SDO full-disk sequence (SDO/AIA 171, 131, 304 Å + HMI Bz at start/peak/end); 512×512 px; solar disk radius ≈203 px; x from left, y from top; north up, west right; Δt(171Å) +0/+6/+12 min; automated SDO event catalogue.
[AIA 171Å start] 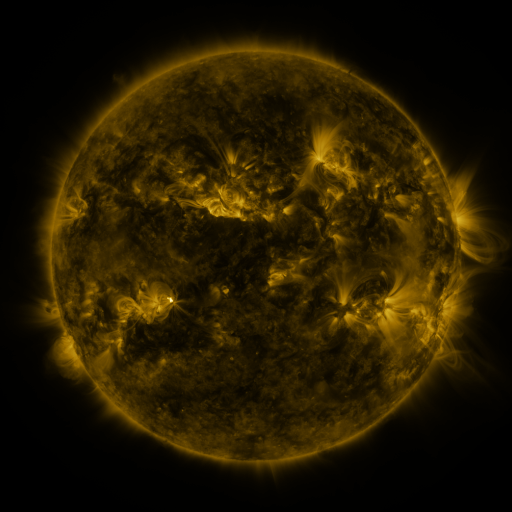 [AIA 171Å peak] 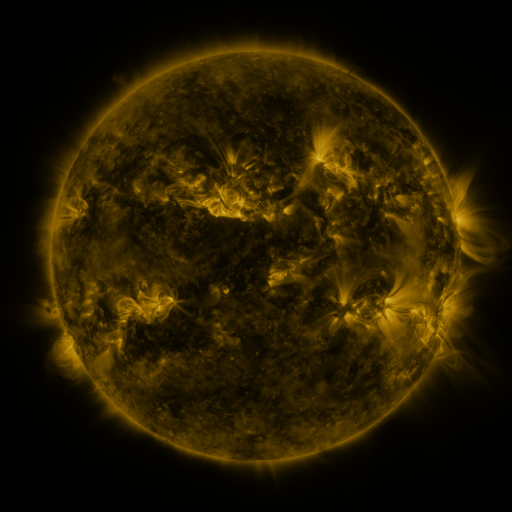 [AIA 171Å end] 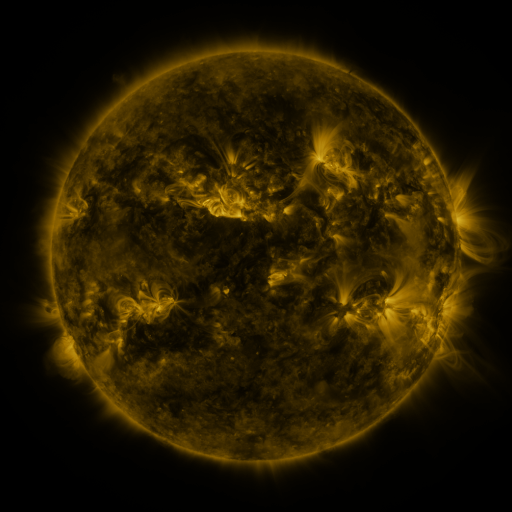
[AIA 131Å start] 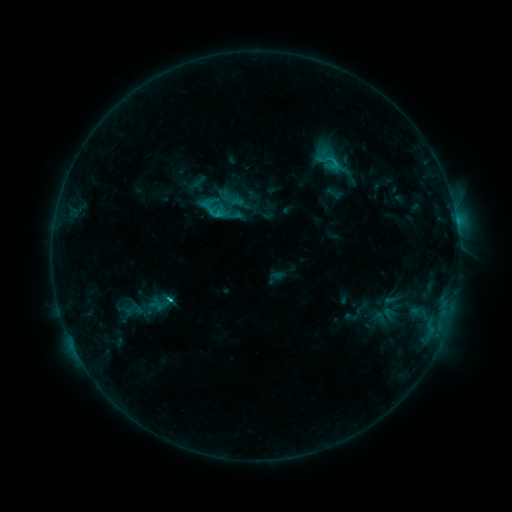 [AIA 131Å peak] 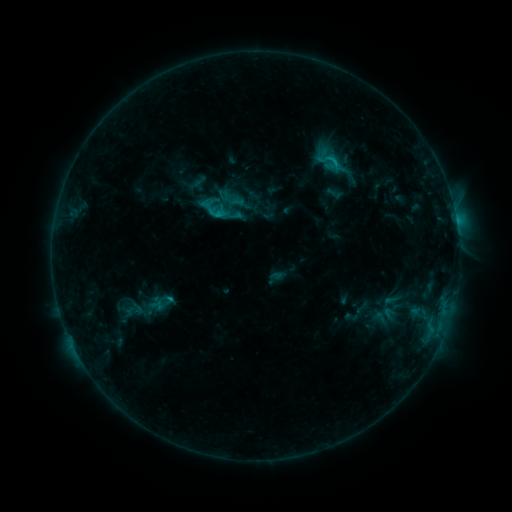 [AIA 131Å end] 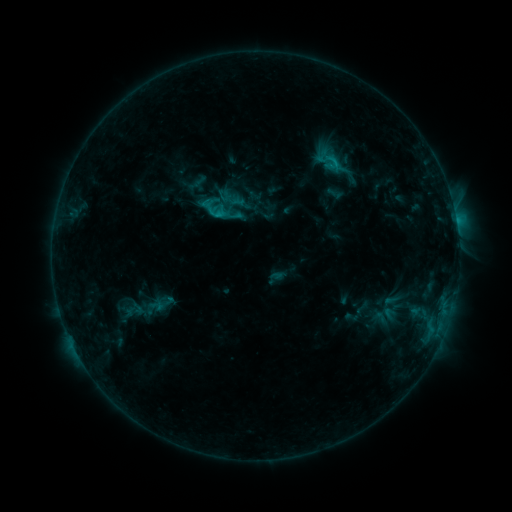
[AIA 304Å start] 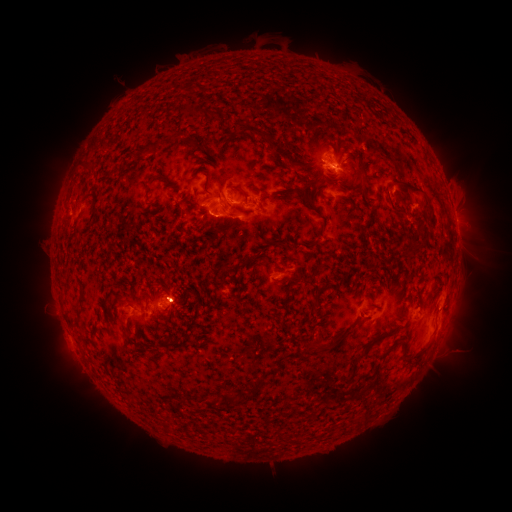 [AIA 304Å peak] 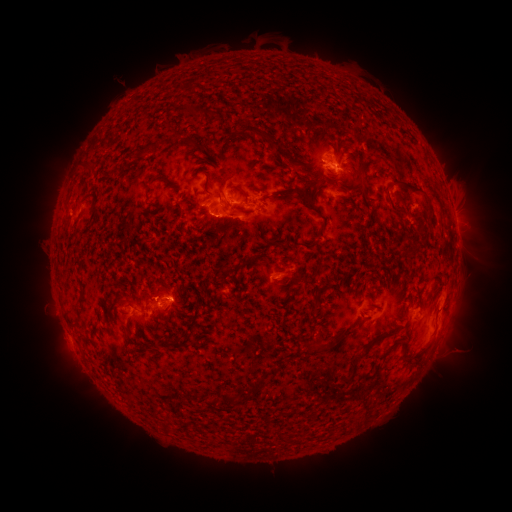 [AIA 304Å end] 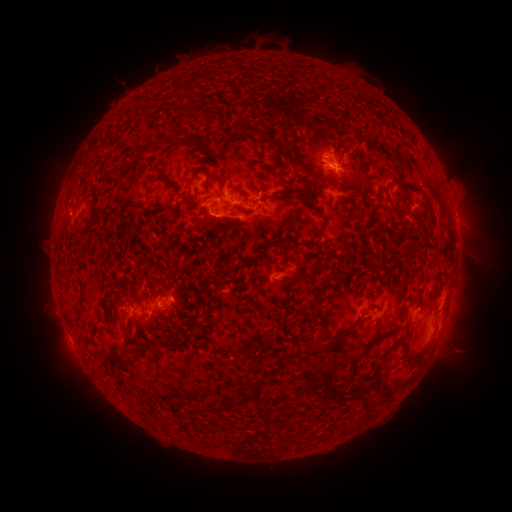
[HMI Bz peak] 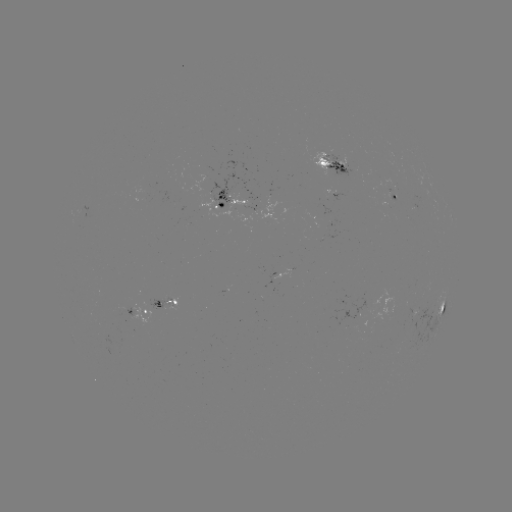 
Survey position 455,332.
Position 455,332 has eruption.